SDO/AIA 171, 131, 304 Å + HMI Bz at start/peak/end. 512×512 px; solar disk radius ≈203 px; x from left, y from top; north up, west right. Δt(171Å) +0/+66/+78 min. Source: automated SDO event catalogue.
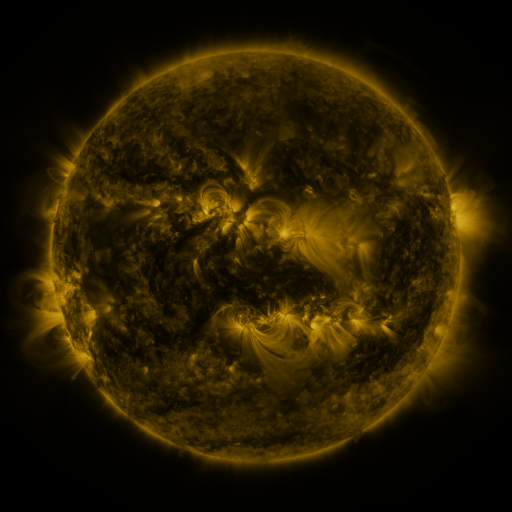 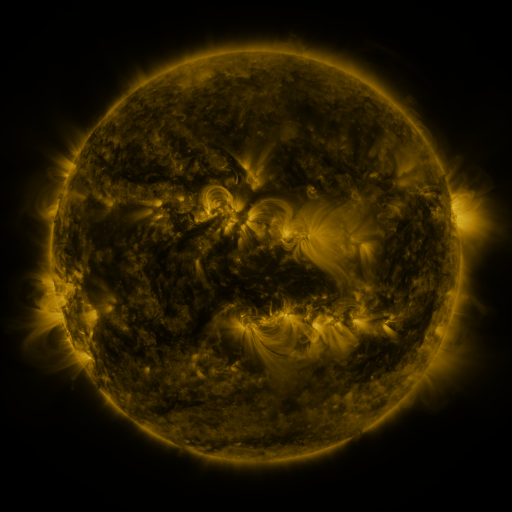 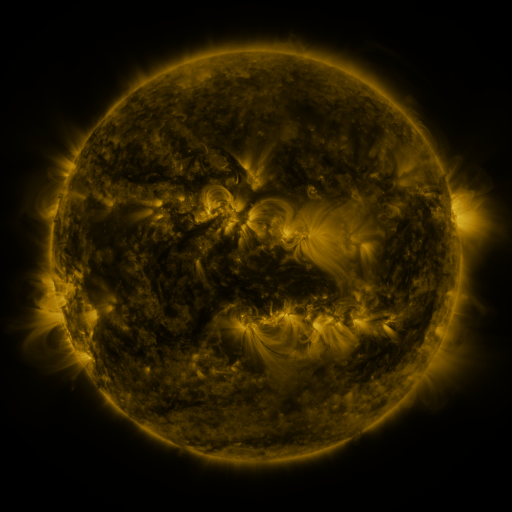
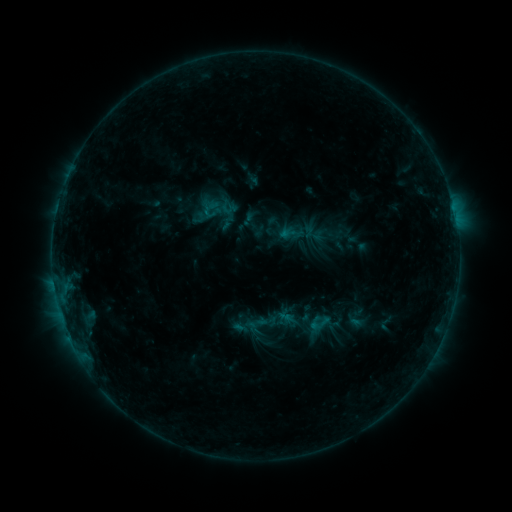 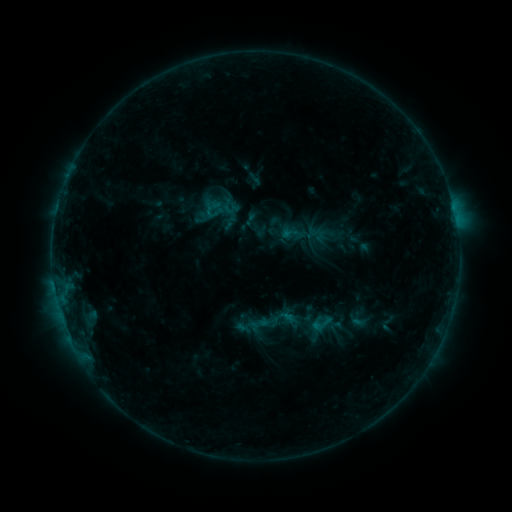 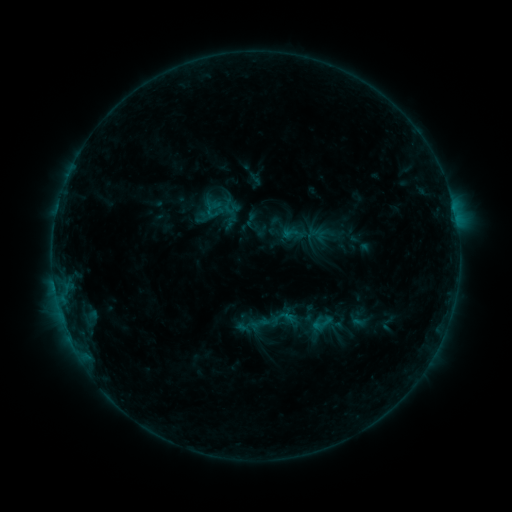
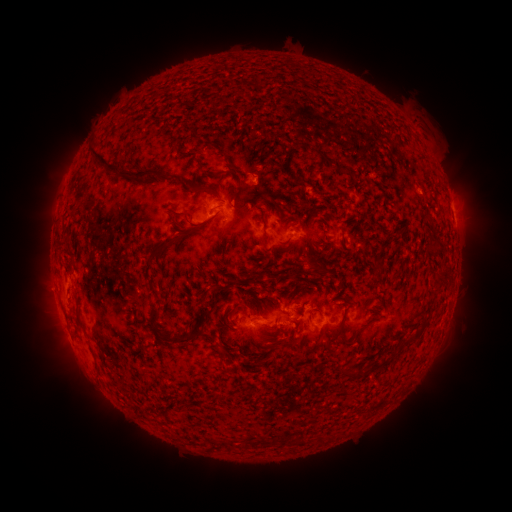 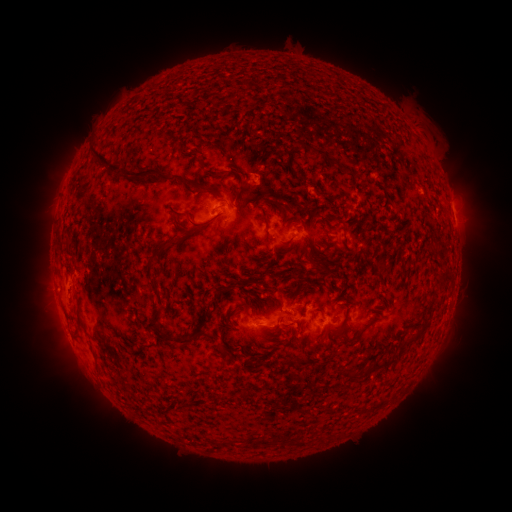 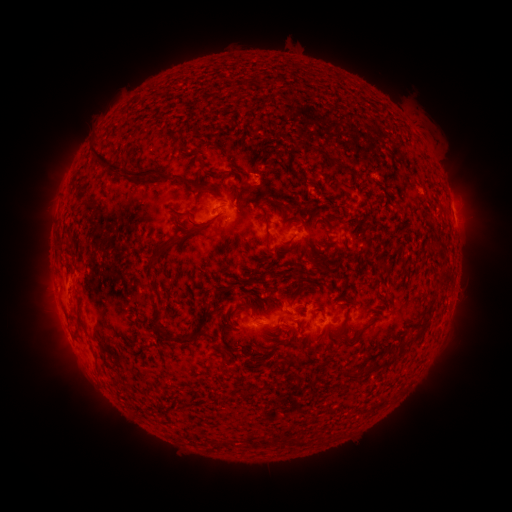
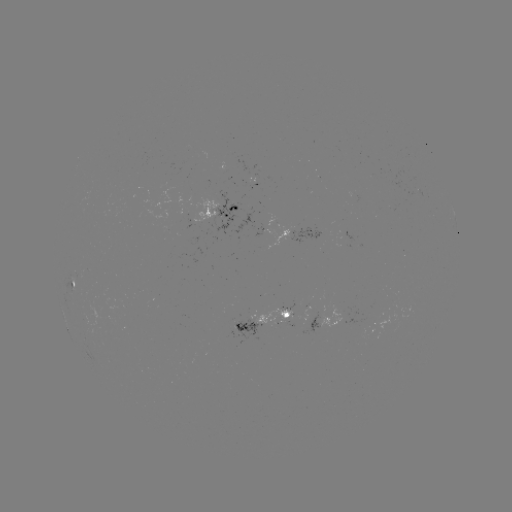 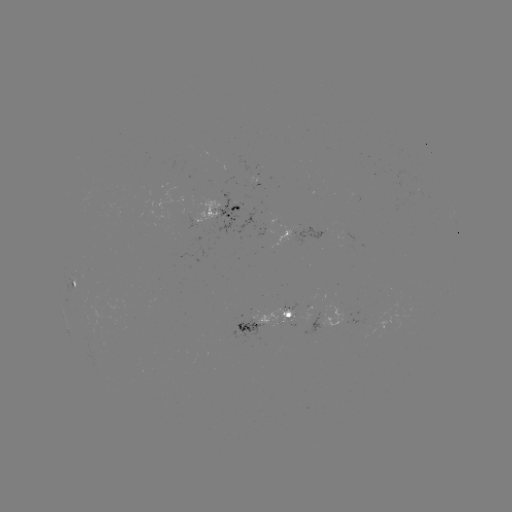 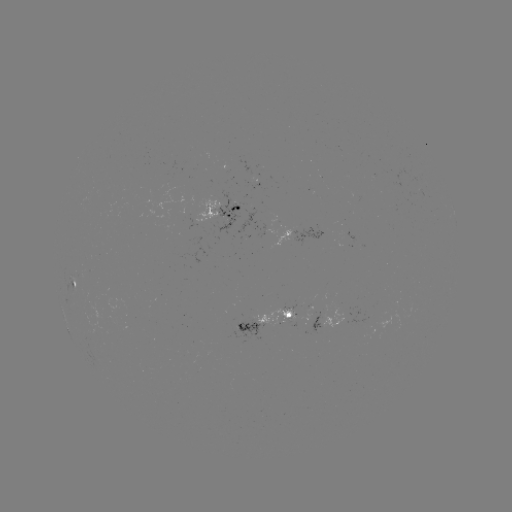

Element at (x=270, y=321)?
emerging-flux region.